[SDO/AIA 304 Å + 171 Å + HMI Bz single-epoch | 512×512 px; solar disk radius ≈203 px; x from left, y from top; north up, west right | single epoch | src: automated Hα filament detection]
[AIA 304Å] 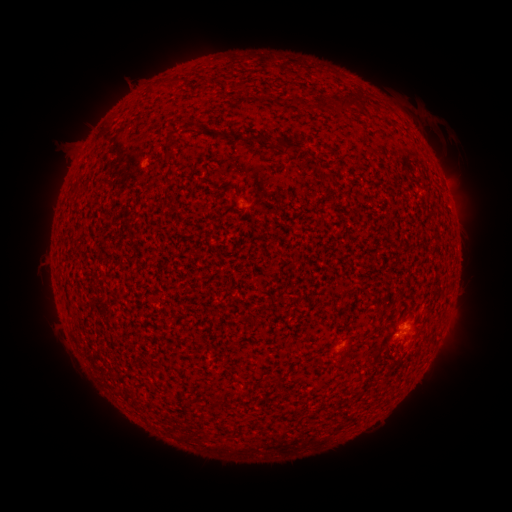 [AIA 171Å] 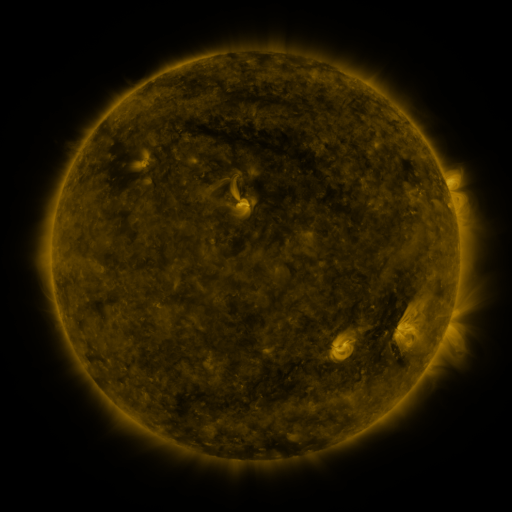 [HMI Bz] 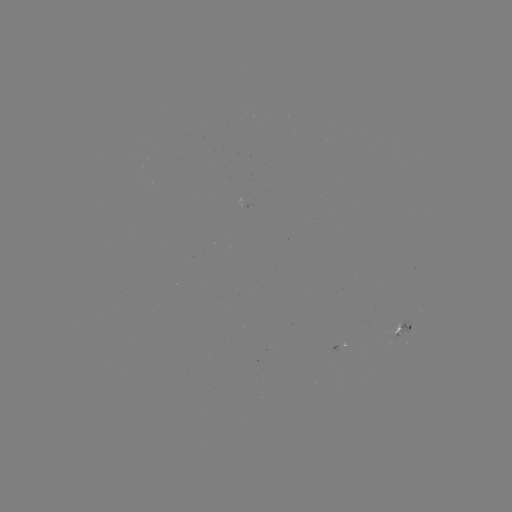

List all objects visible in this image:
filament: <bbox>338, 90, 367, 112</bbox>
filament: <bbox>246, 134, 269, 143</bbox>
filament: <bbox>281, 141, 307, 154</bbox>
filament: <bbox>321, 173, 337, 185</bbox>
